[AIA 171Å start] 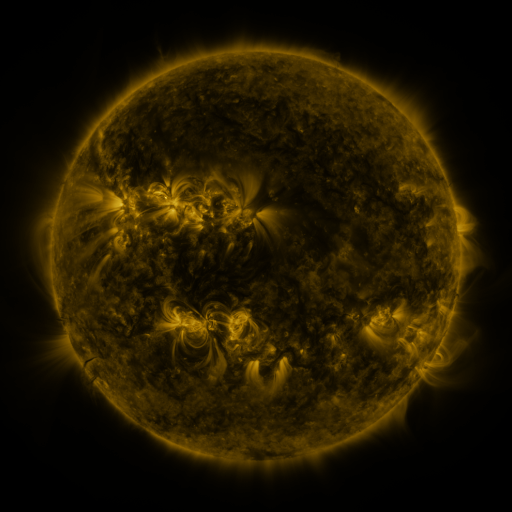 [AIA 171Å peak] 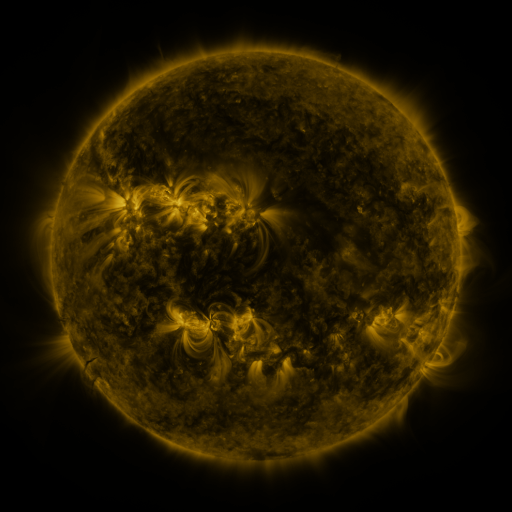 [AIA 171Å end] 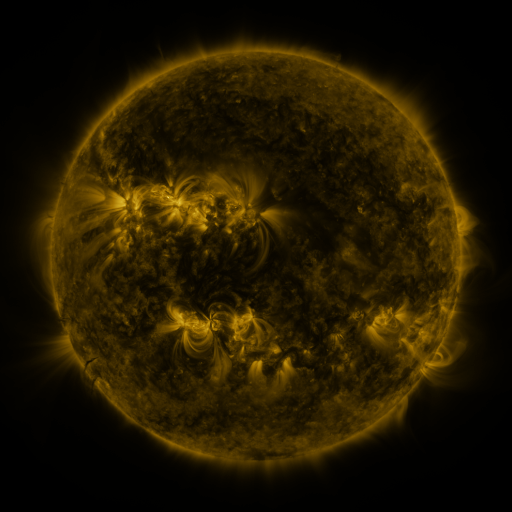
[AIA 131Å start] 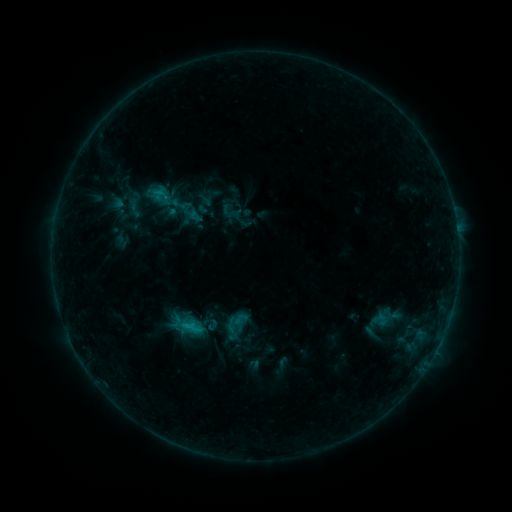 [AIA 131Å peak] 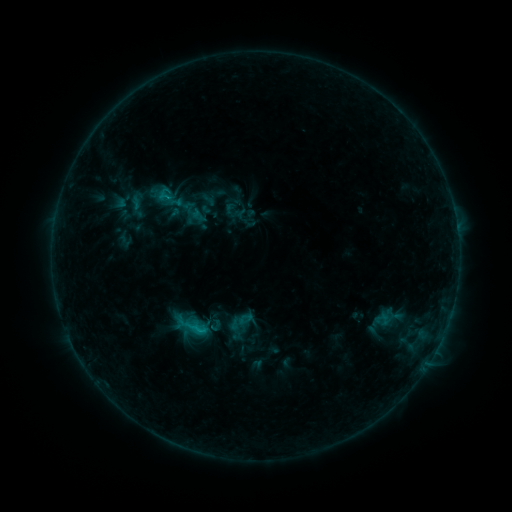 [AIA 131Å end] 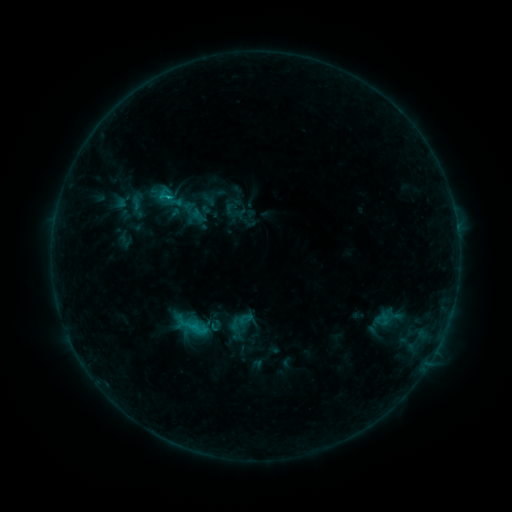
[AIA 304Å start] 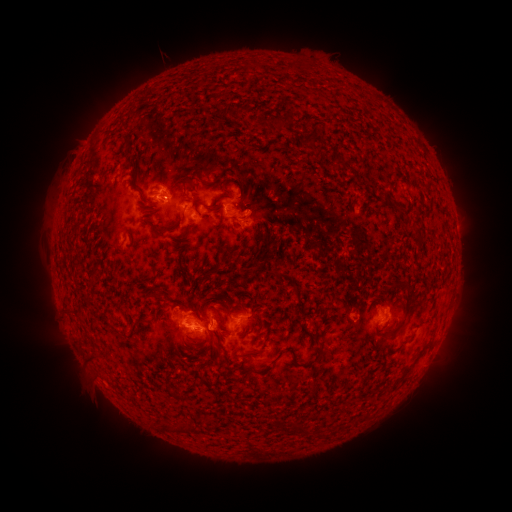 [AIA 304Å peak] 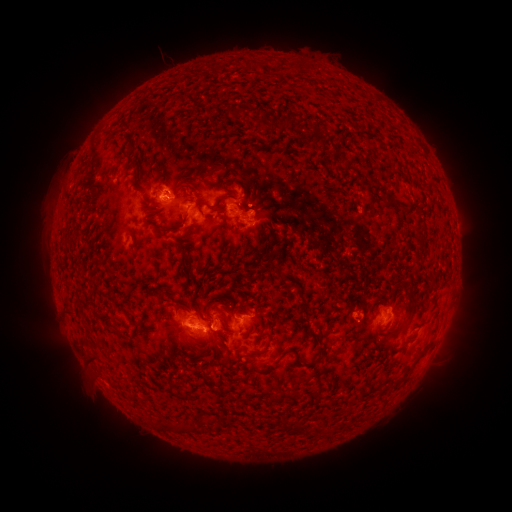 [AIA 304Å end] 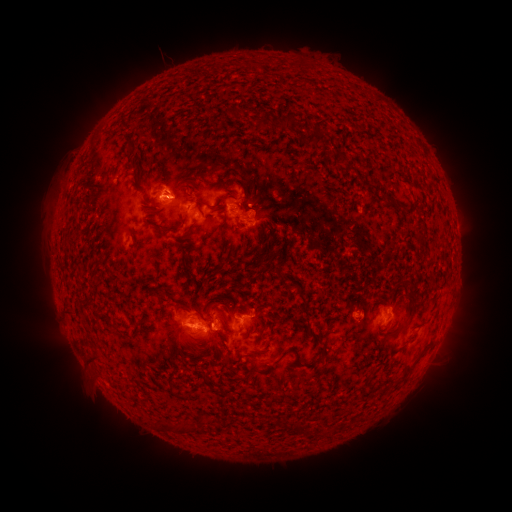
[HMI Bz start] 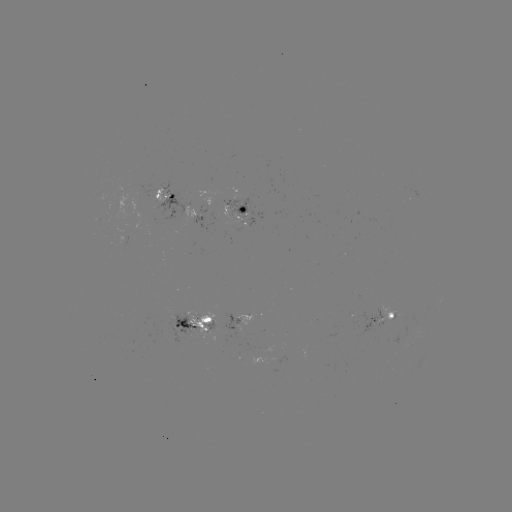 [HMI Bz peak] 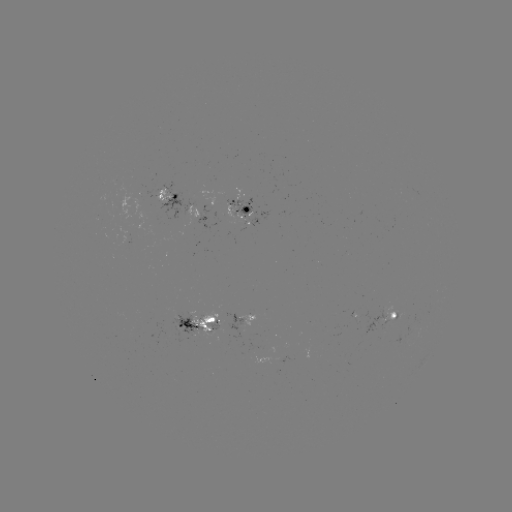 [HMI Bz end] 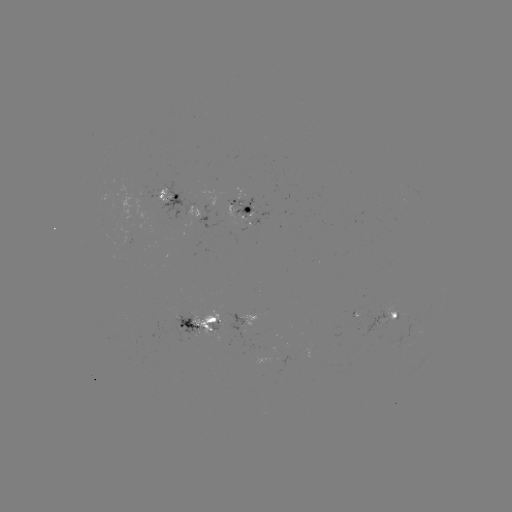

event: emerging-flux region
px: (179, 317)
